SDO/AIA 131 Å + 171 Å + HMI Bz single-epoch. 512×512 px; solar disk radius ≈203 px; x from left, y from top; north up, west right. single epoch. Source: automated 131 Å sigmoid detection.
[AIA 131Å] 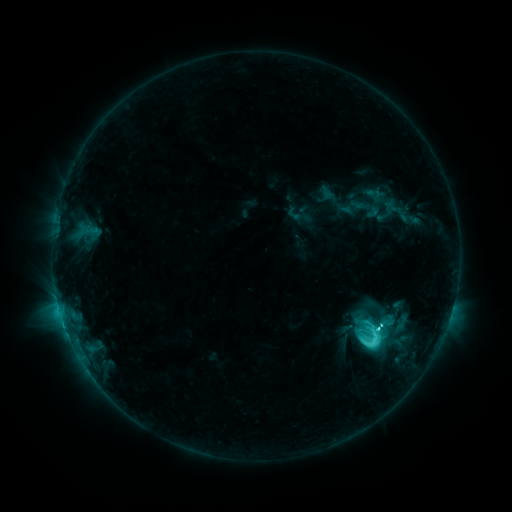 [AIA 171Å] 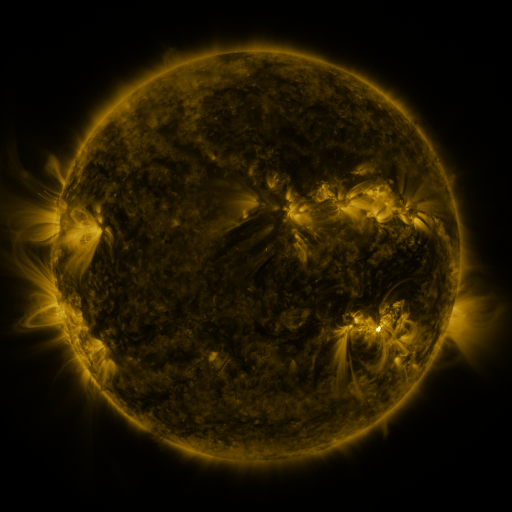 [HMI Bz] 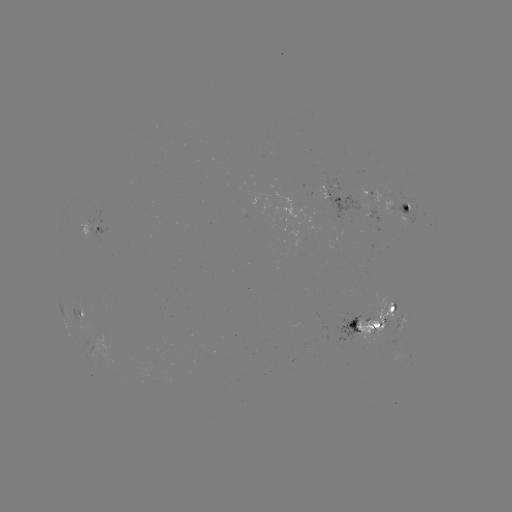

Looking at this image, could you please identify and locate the sigmoid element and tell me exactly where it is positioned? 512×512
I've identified sigmoid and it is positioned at (371, 335).